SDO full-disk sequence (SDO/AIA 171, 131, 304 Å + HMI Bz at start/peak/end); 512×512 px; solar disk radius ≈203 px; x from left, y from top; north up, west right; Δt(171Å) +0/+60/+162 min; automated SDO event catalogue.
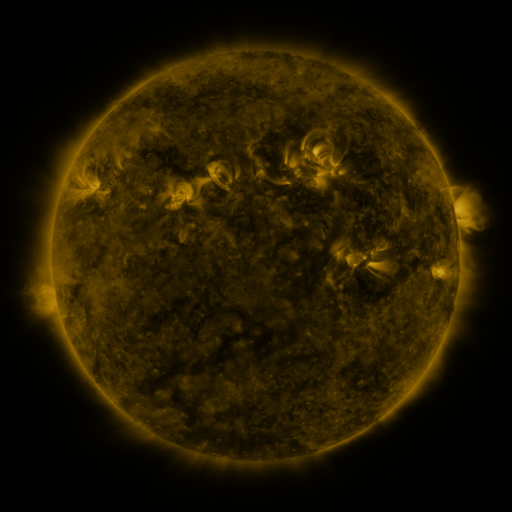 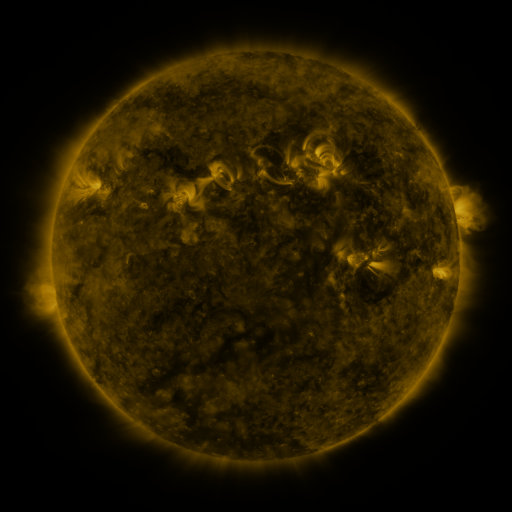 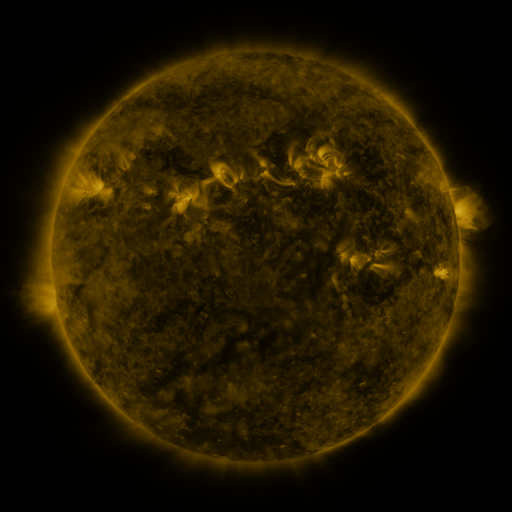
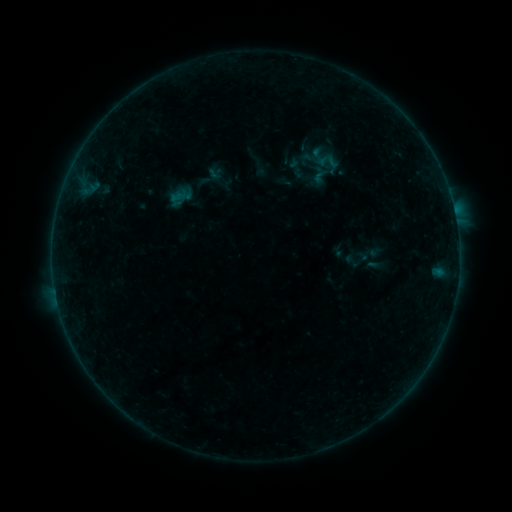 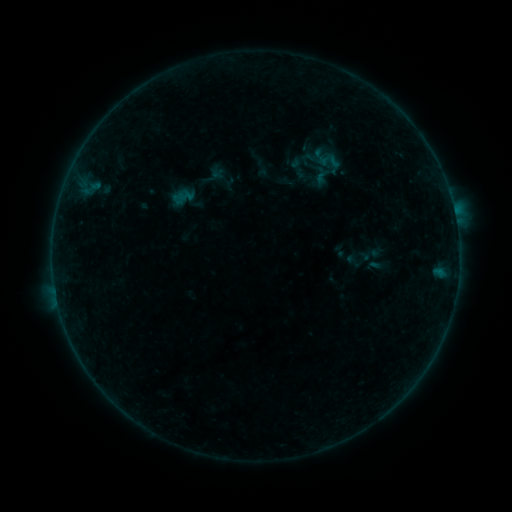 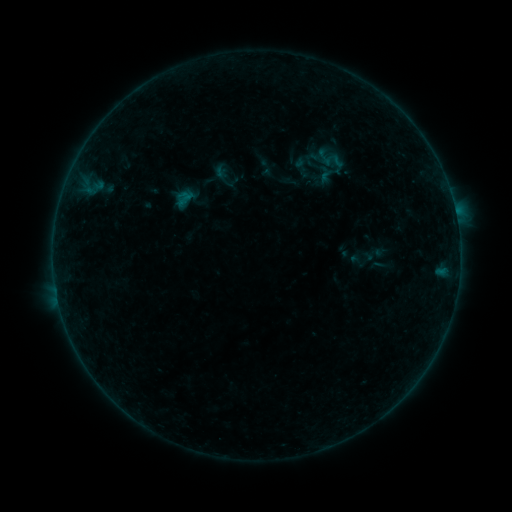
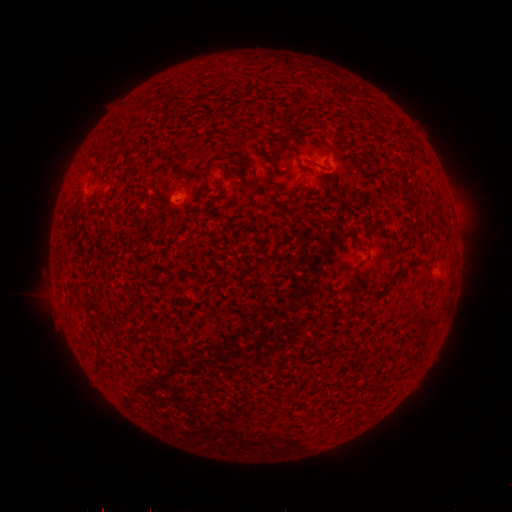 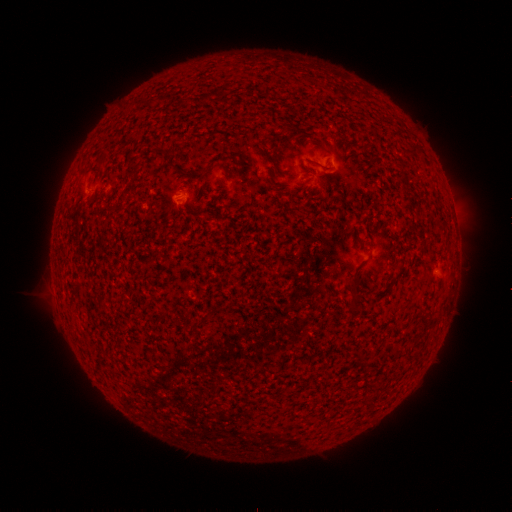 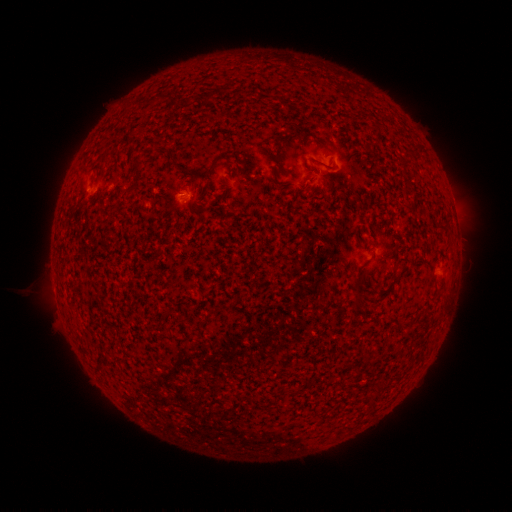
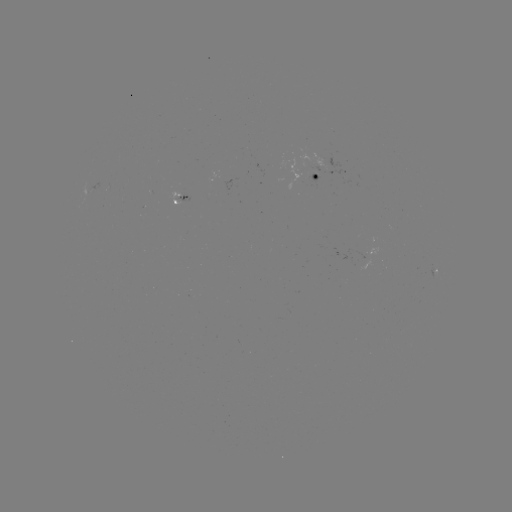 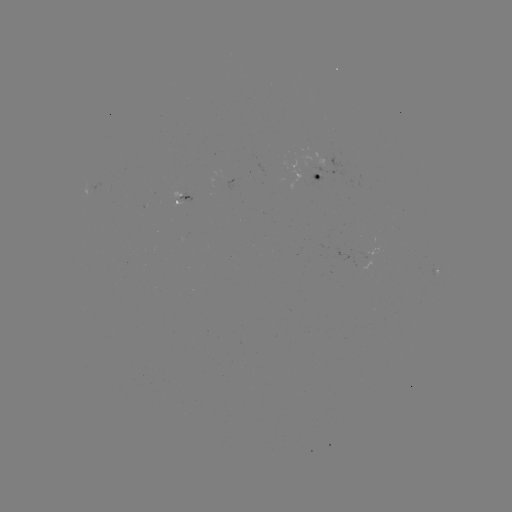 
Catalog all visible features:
emerging-flux region: (317, 175)
